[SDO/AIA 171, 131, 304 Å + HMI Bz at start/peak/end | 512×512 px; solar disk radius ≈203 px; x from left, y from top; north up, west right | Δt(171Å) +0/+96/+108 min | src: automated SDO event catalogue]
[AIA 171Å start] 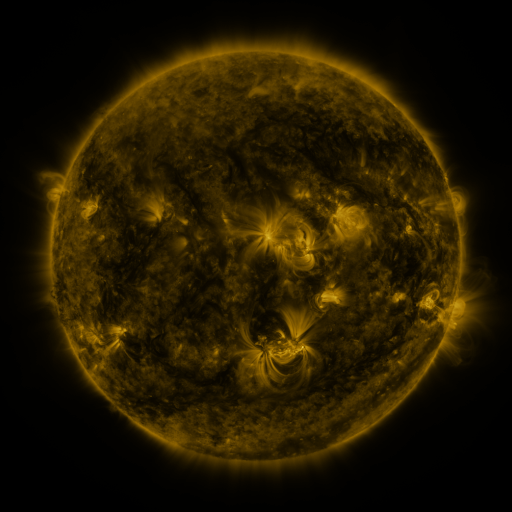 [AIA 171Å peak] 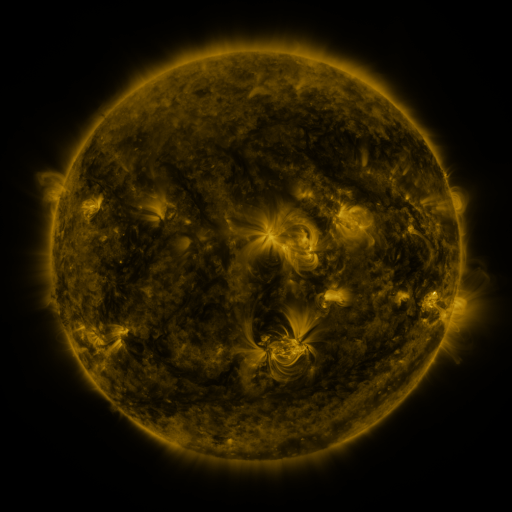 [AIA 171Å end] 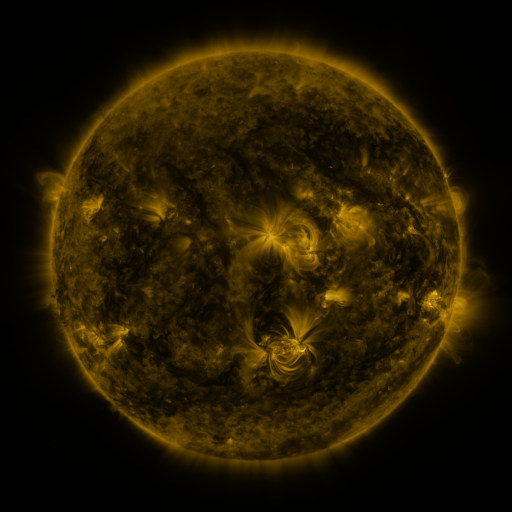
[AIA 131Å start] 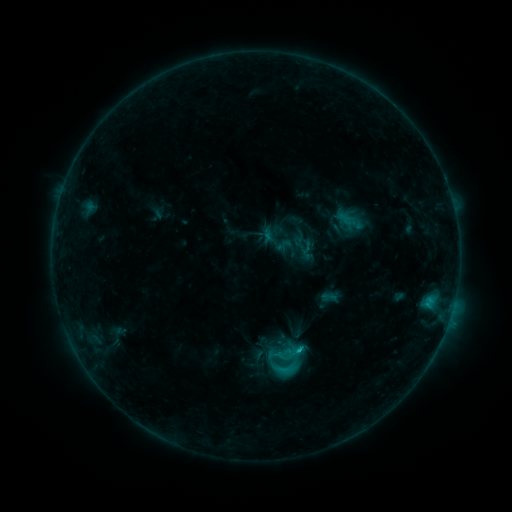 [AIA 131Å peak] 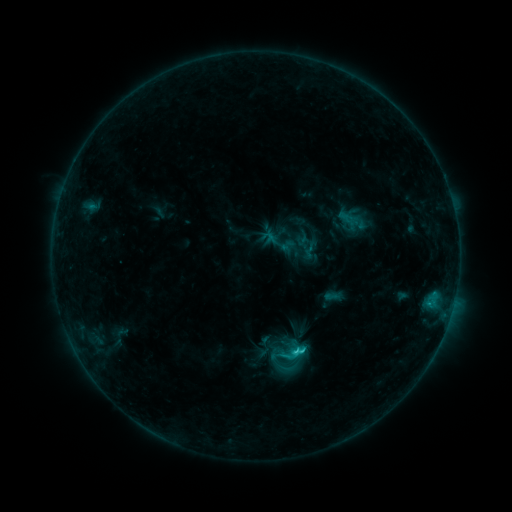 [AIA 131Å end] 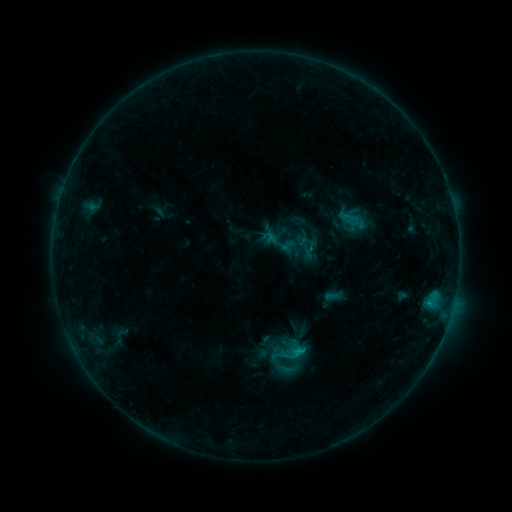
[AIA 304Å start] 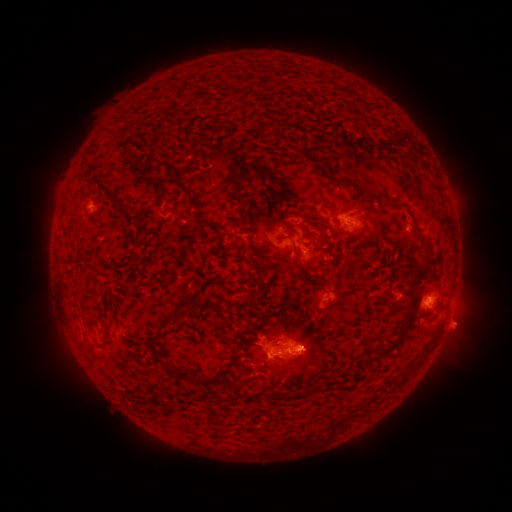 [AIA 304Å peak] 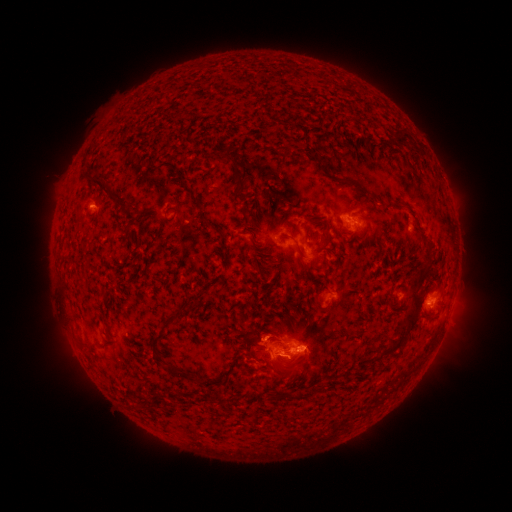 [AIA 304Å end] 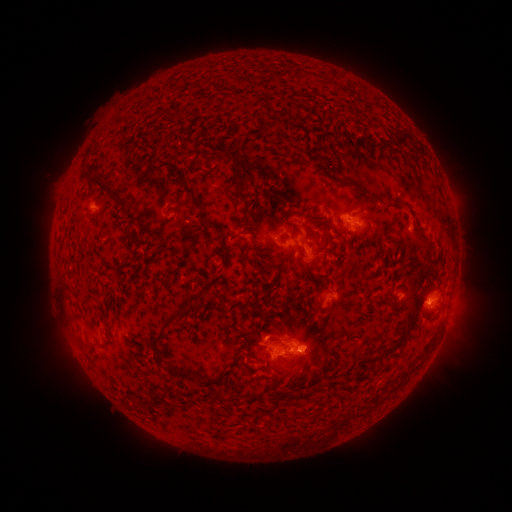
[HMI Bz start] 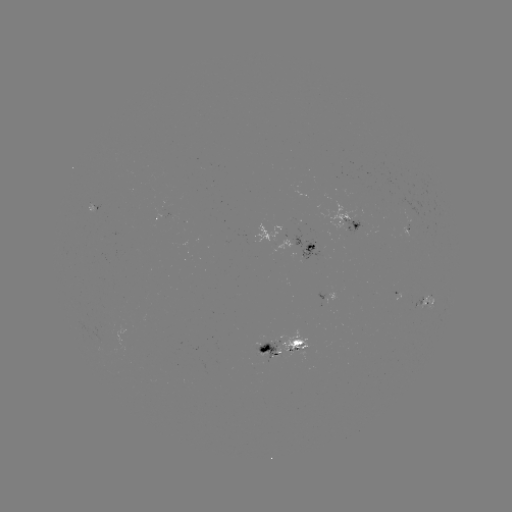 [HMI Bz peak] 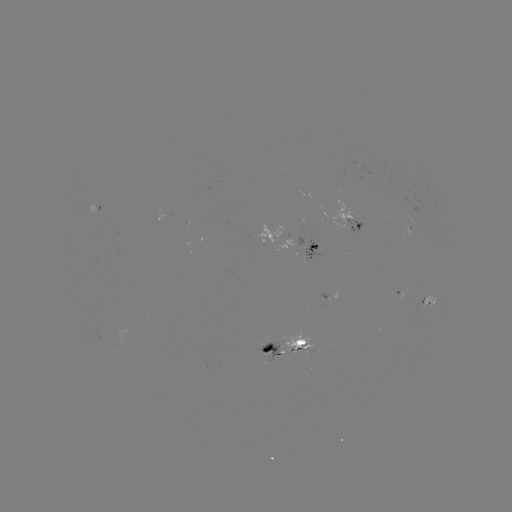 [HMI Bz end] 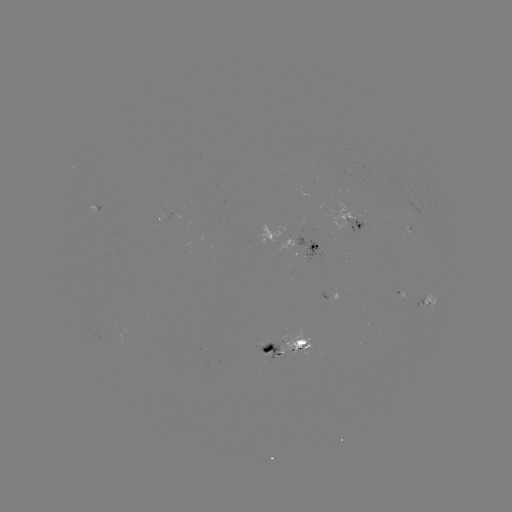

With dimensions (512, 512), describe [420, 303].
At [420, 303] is emerging-flux region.